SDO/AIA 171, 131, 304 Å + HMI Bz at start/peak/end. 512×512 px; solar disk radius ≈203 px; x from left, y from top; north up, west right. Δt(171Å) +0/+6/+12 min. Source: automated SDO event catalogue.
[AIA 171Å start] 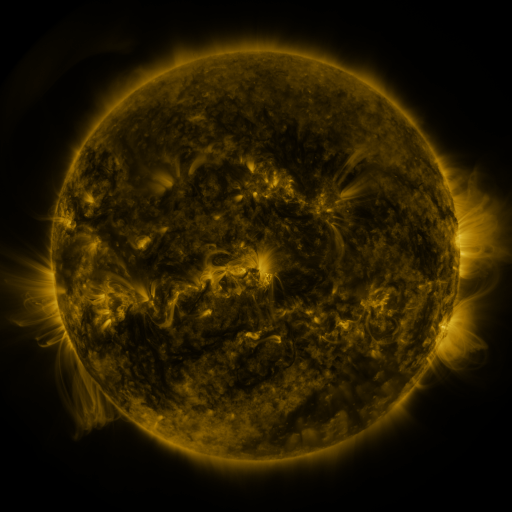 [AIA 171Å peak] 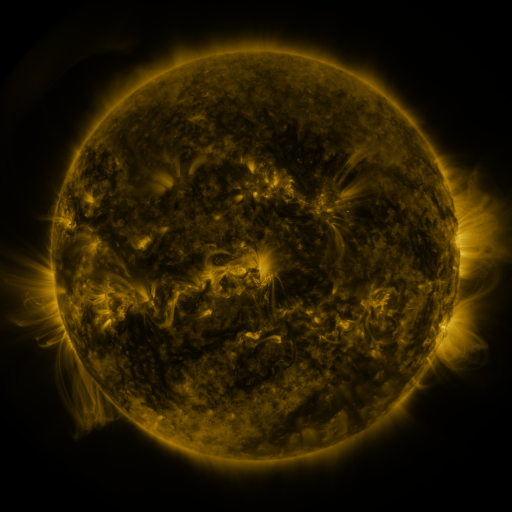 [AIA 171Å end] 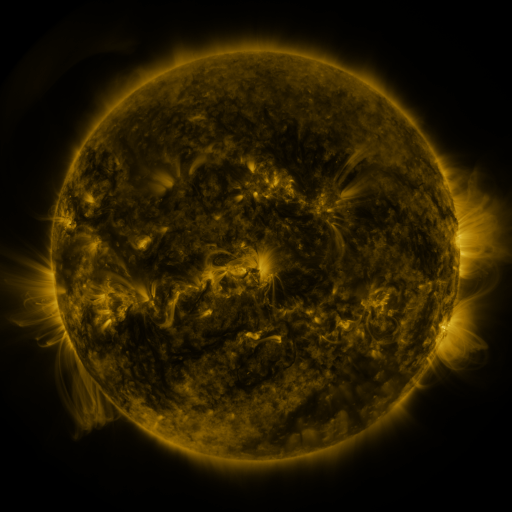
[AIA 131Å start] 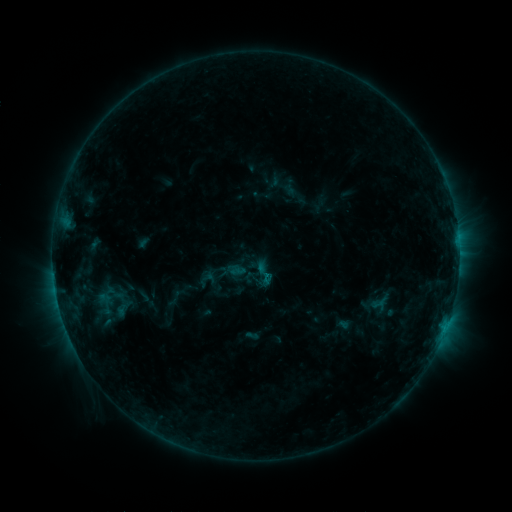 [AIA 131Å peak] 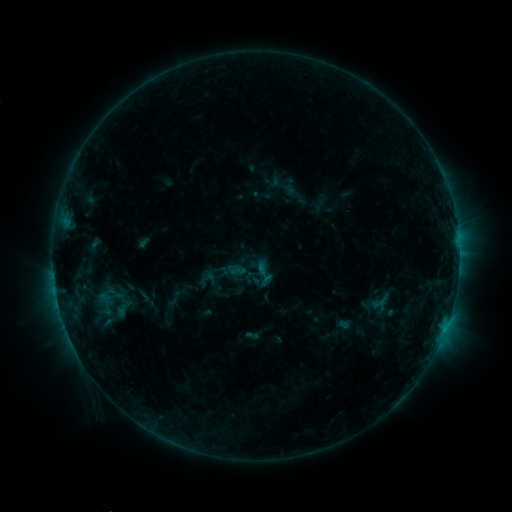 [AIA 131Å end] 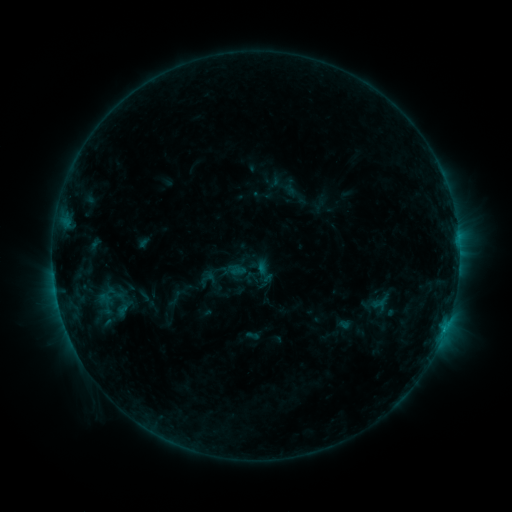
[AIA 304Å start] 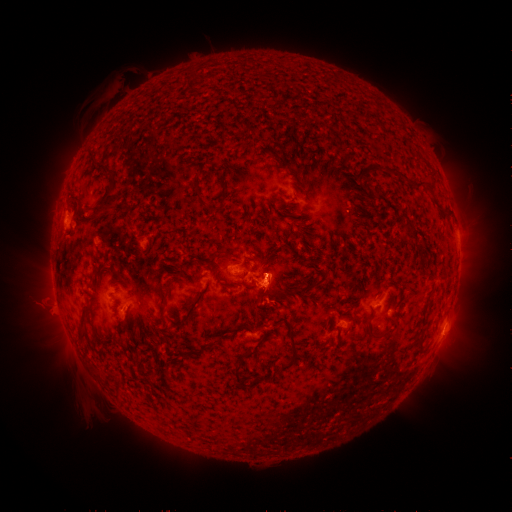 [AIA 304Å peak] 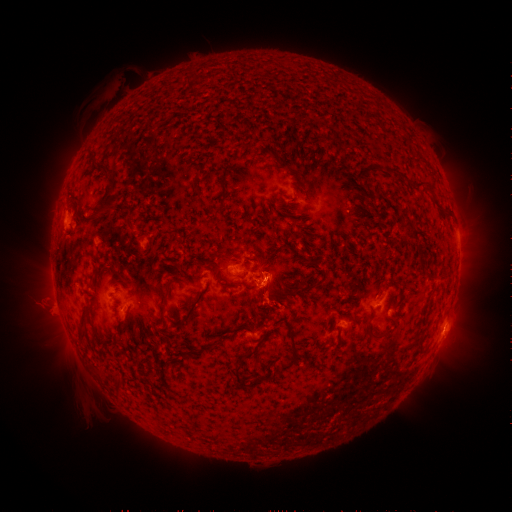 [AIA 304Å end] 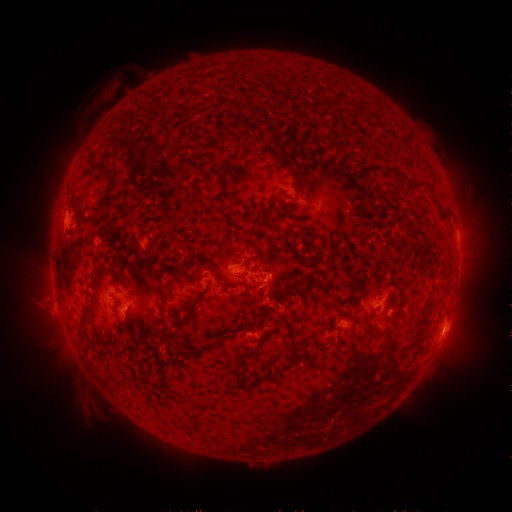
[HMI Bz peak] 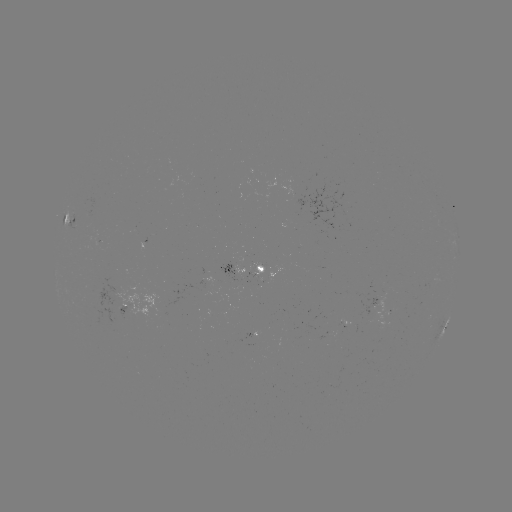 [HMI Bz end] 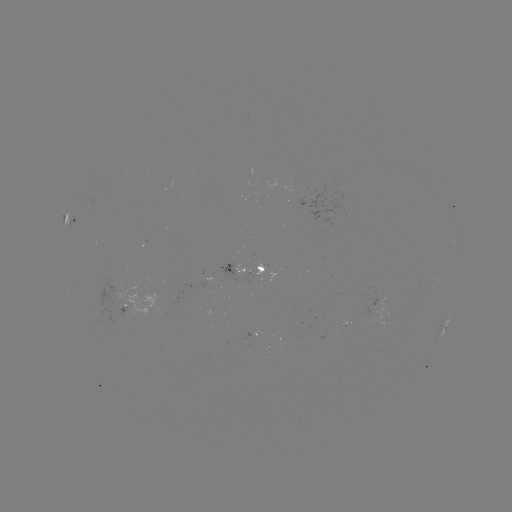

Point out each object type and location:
B9.6 flare: (445, 328)
